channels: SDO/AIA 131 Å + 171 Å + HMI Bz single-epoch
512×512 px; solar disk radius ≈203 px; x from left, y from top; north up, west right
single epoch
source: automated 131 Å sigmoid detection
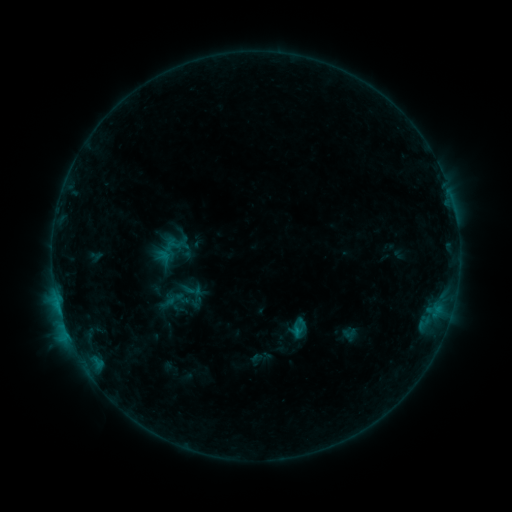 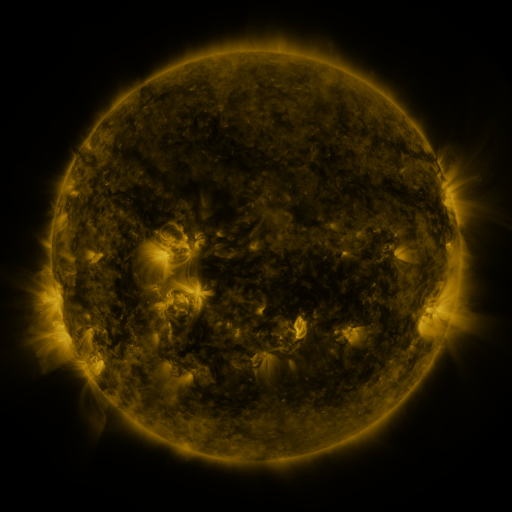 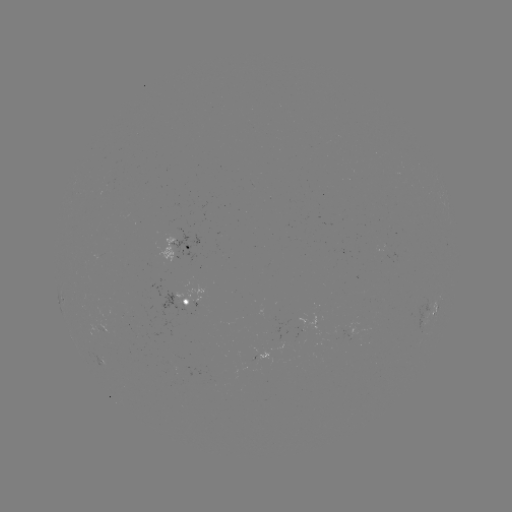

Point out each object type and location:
sigmoid: (298, 327)
